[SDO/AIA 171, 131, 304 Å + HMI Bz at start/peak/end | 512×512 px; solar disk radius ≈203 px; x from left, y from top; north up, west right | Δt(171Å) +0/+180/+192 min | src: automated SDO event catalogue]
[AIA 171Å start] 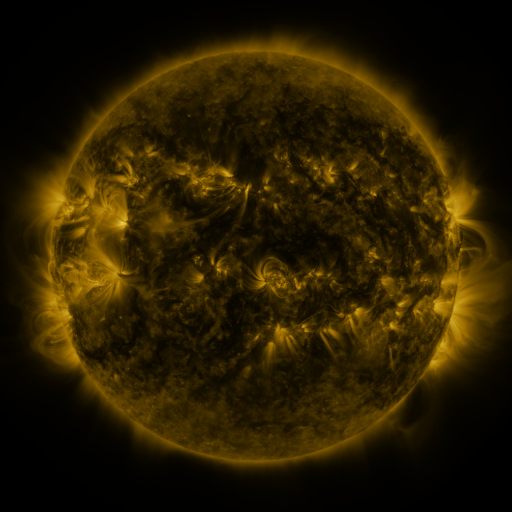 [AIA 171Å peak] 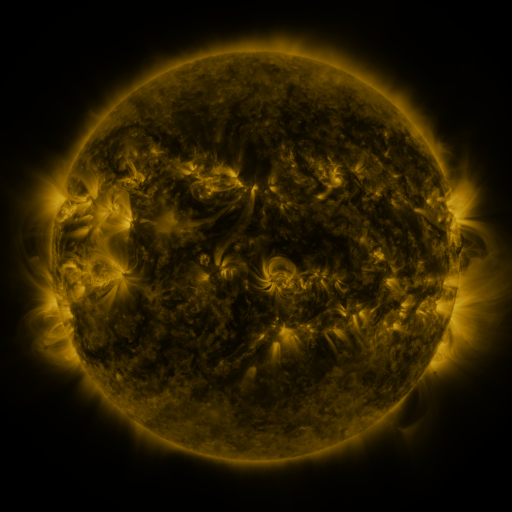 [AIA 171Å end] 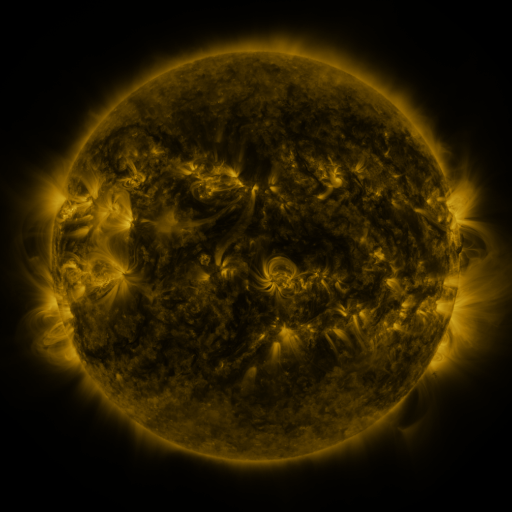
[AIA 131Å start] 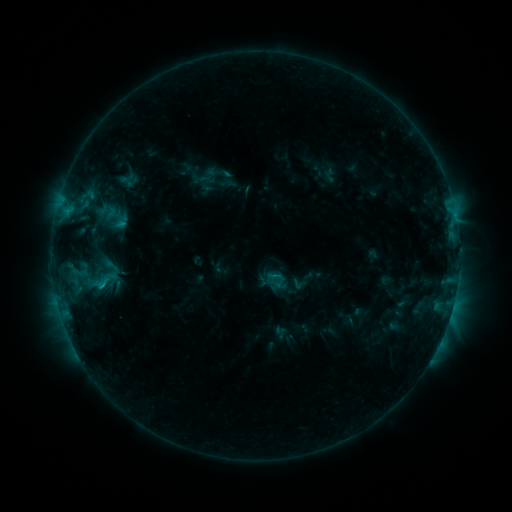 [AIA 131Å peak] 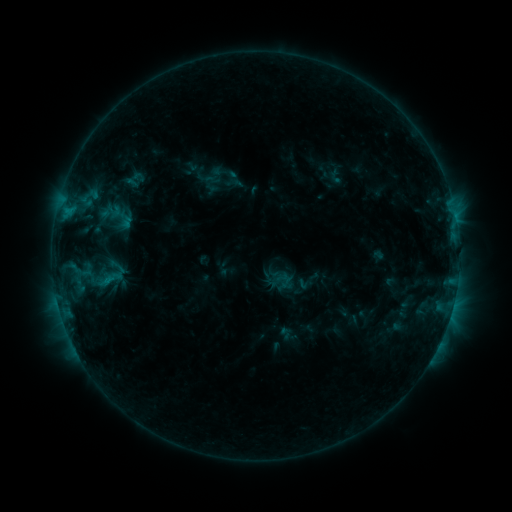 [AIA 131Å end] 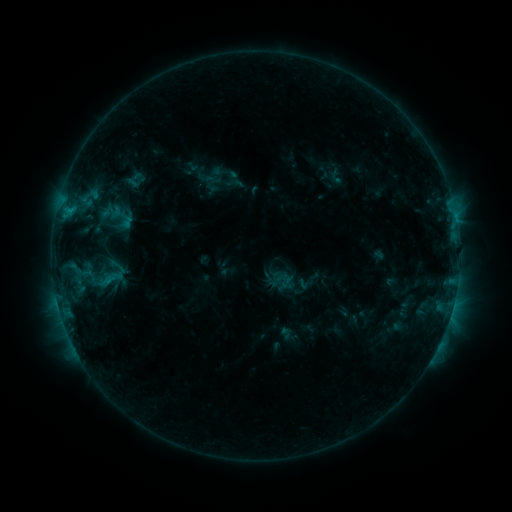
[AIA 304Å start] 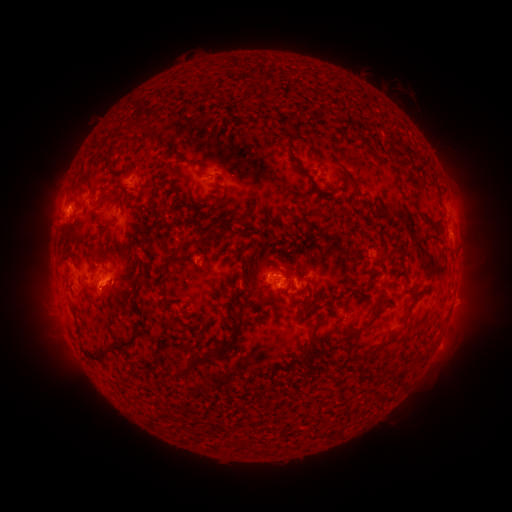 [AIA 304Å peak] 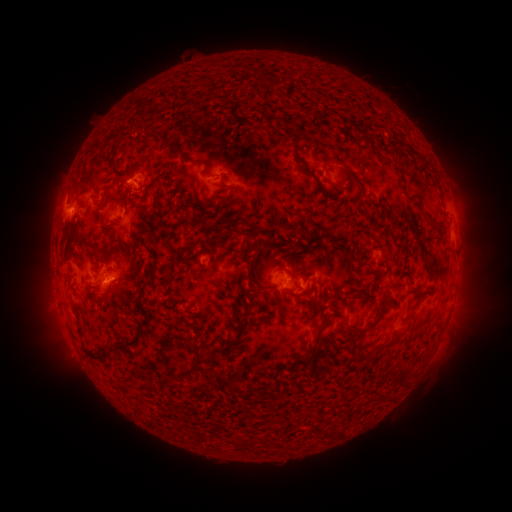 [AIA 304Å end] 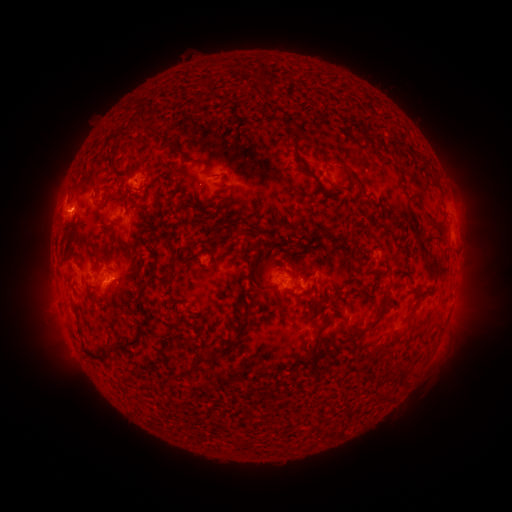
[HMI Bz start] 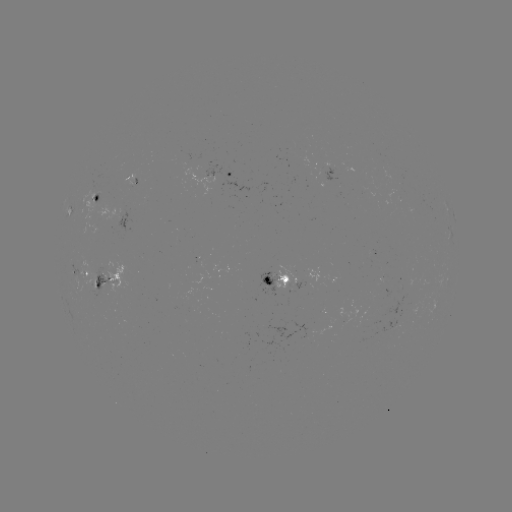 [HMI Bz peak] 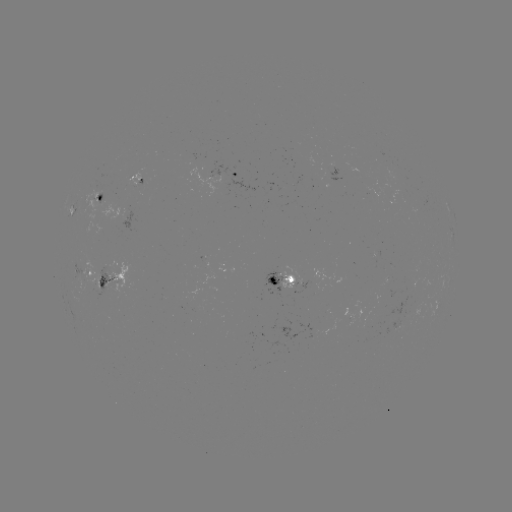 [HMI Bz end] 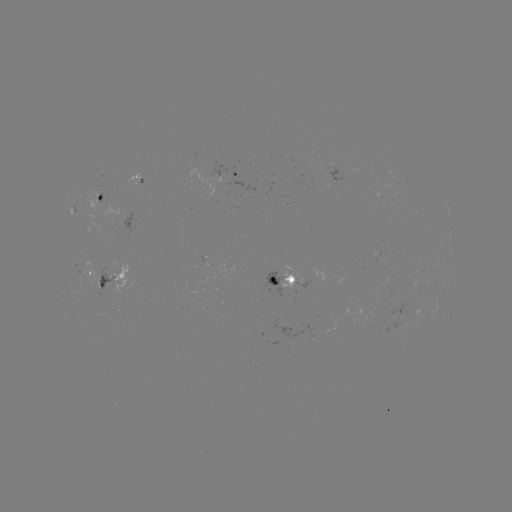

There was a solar emerging-flux region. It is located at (132, 177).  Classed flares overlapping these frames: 3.